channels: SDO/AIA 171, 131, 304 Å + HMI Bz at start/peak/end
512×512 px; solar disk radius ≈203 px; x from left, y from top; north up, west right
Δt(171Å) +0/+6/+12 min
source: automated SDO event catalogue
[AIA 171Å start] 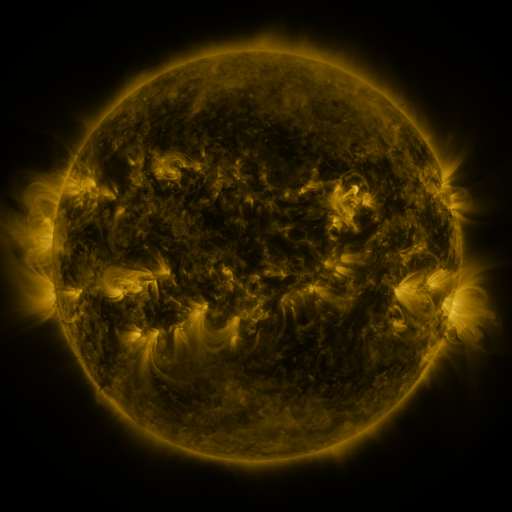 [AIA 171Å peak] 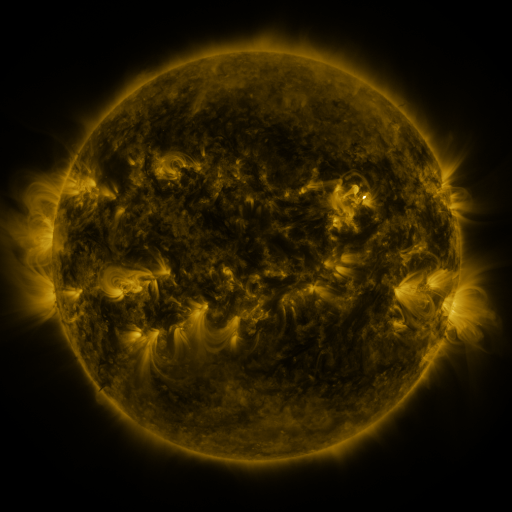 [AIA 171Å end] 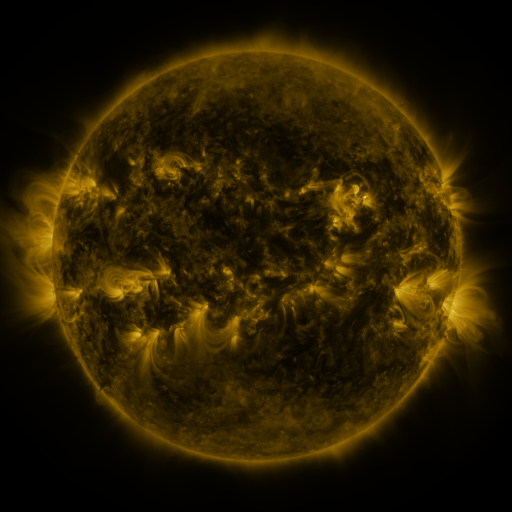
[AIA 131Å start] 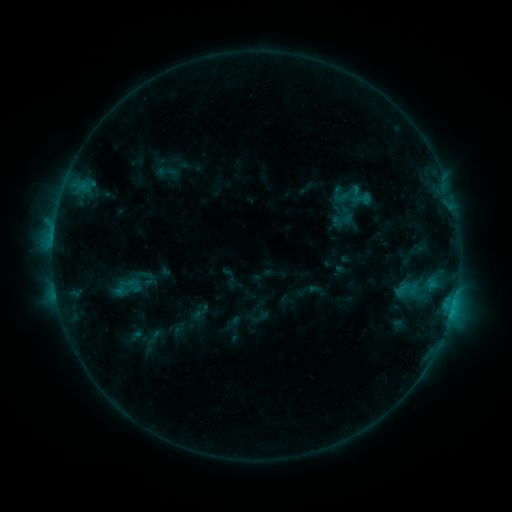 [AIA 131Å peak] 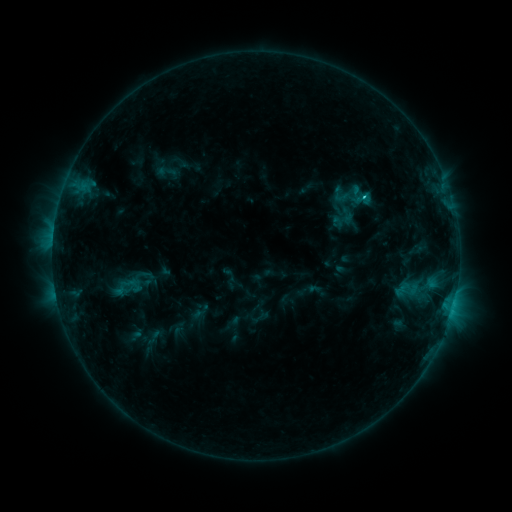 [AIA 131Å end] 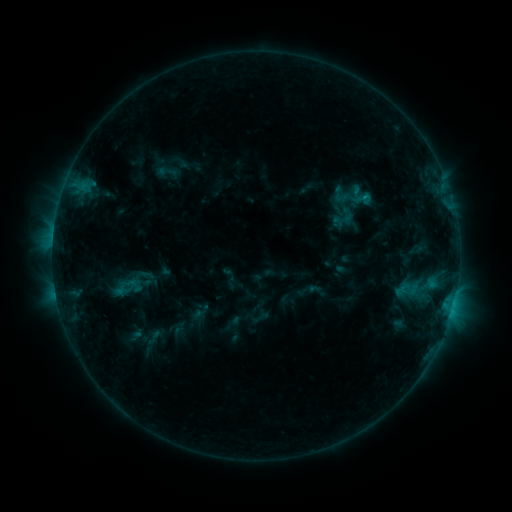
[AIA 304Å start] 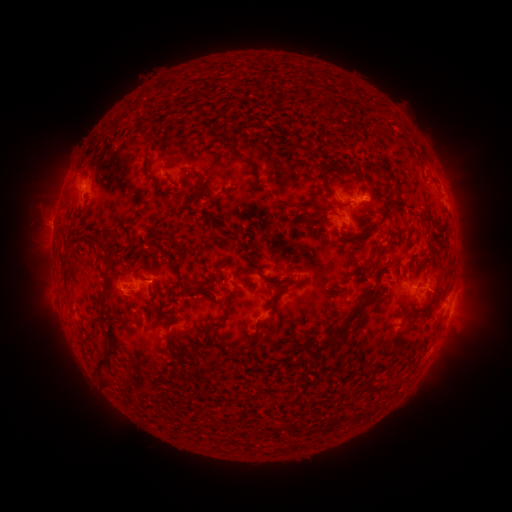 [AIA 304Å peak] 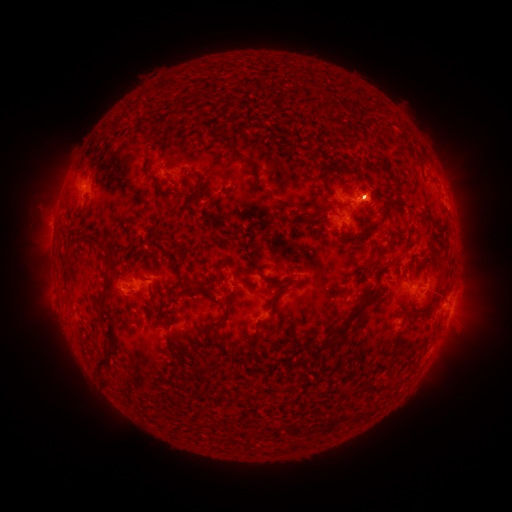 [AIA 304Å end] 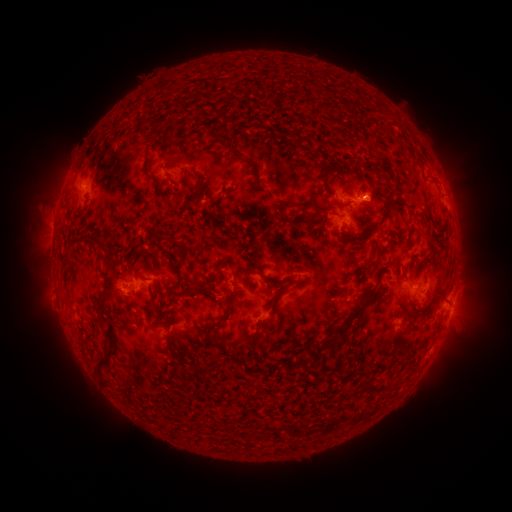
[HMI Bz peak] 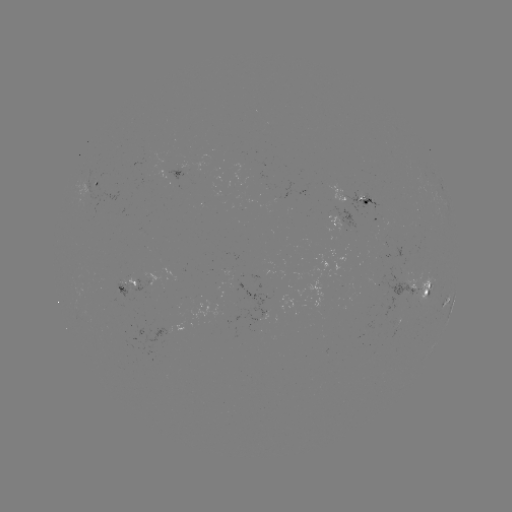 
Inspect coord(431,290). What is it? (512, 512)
C1.1 flare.